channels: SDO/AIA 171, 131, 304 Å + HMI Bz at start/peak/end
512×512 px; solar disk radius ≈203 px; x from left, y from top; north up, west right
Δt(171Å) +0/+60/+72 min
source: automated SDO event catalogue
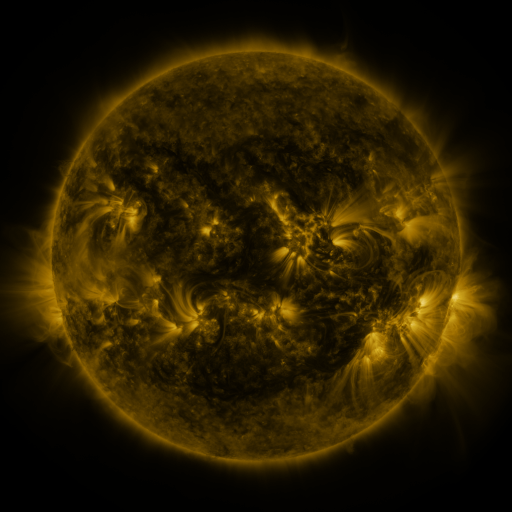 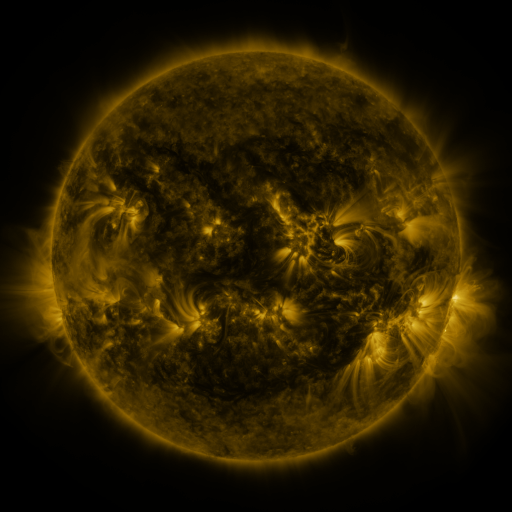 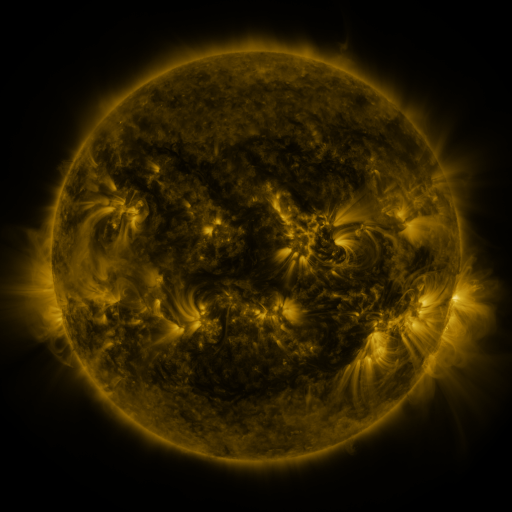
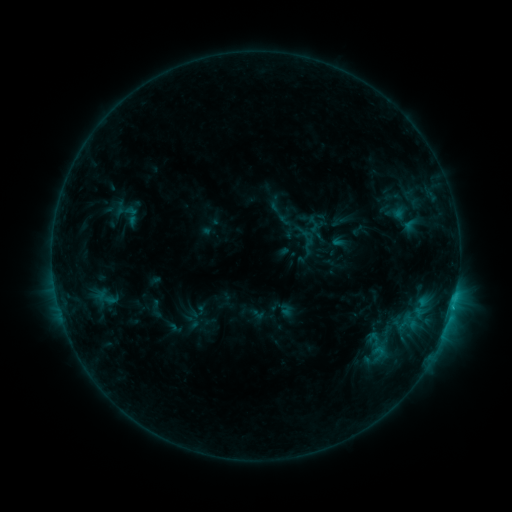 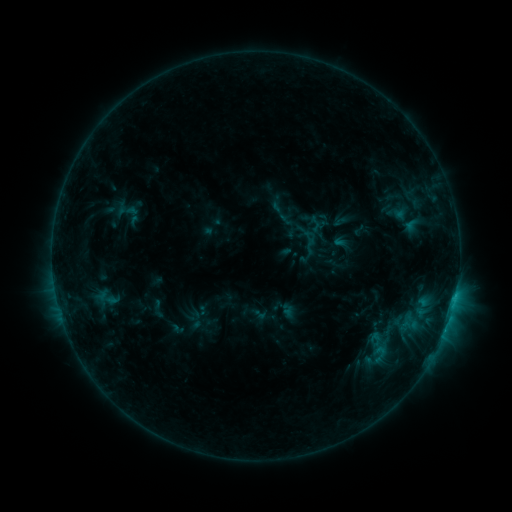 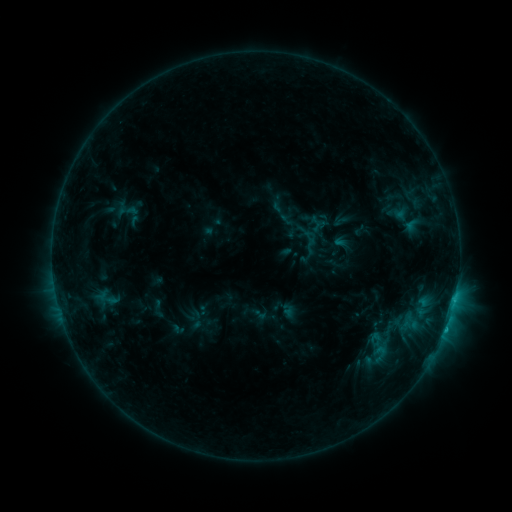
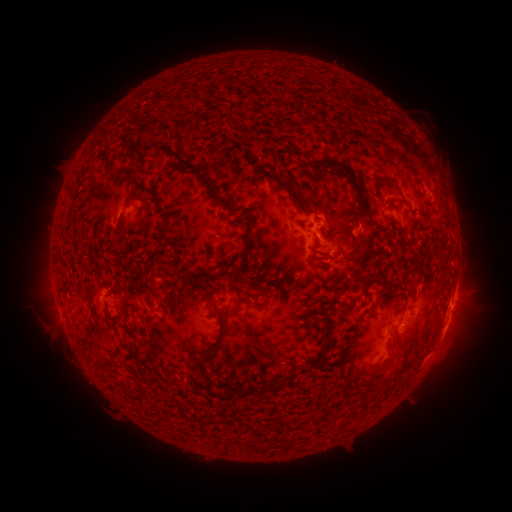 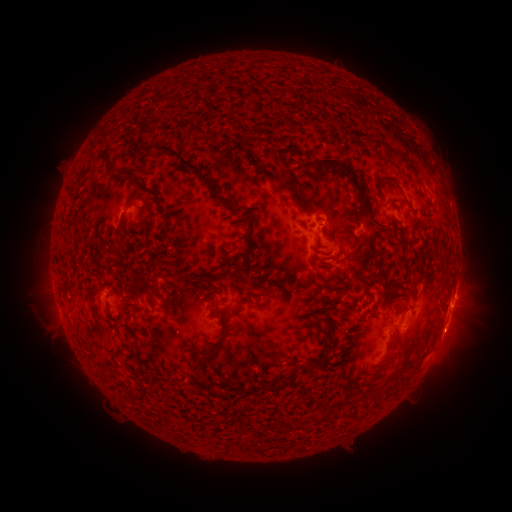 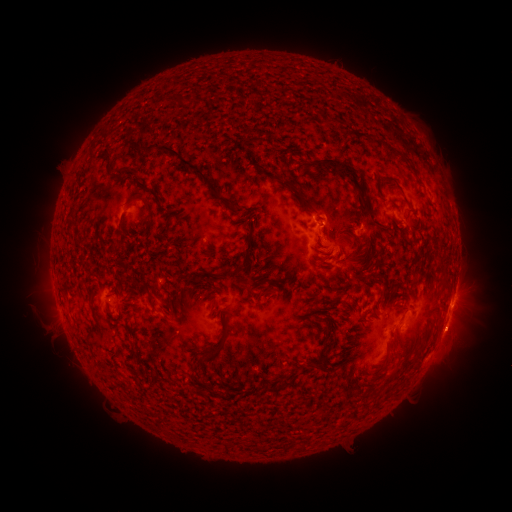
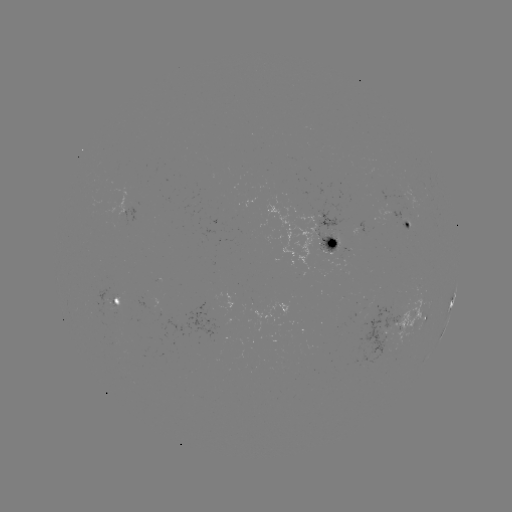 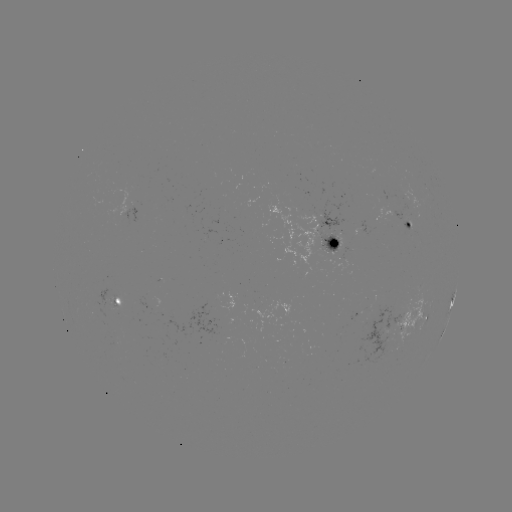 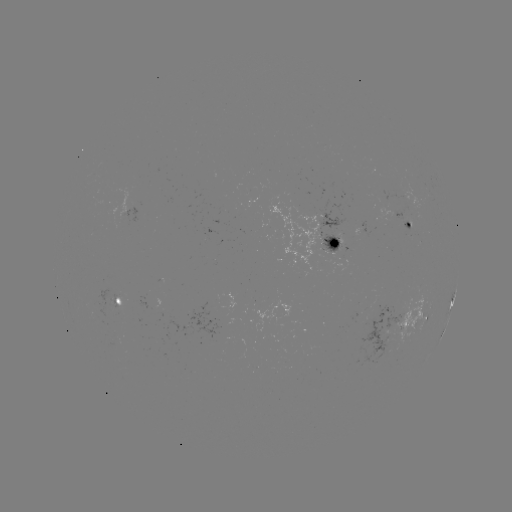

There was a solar emerging-flux region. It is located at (391, 320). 